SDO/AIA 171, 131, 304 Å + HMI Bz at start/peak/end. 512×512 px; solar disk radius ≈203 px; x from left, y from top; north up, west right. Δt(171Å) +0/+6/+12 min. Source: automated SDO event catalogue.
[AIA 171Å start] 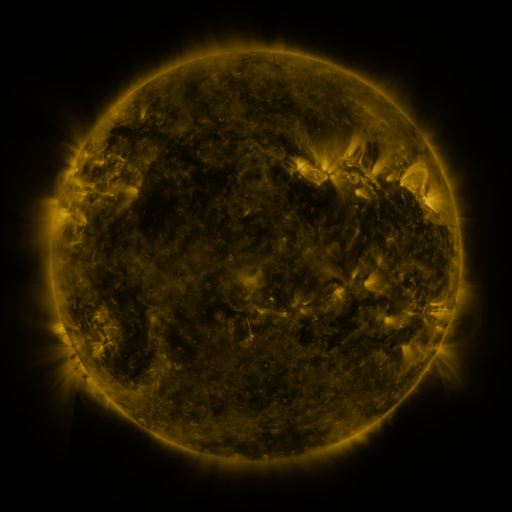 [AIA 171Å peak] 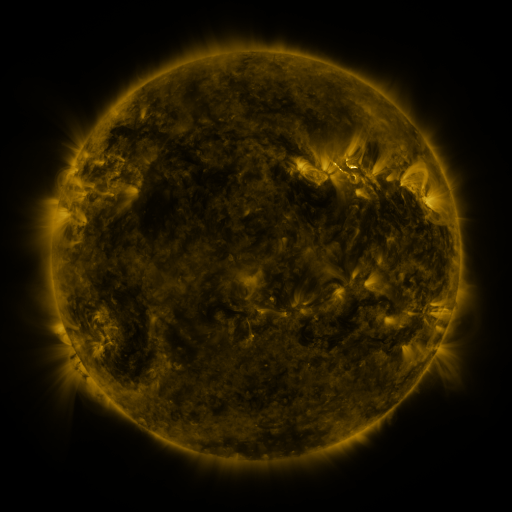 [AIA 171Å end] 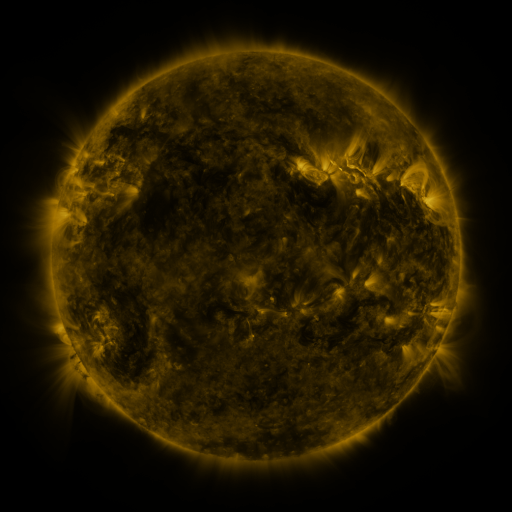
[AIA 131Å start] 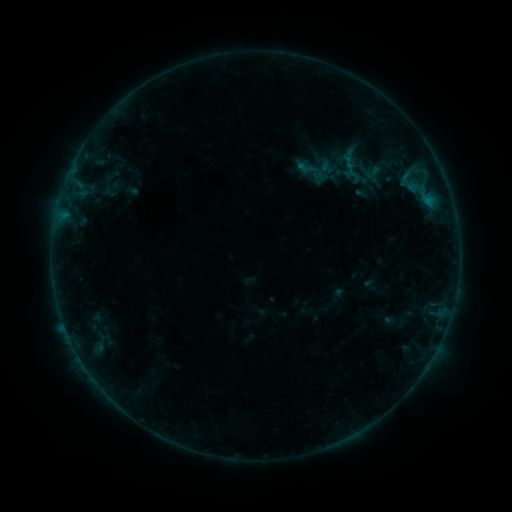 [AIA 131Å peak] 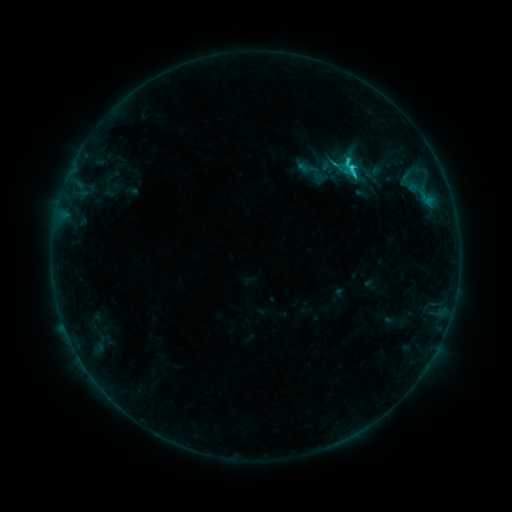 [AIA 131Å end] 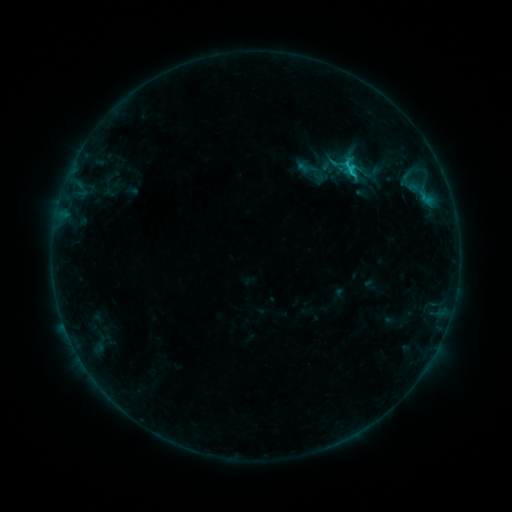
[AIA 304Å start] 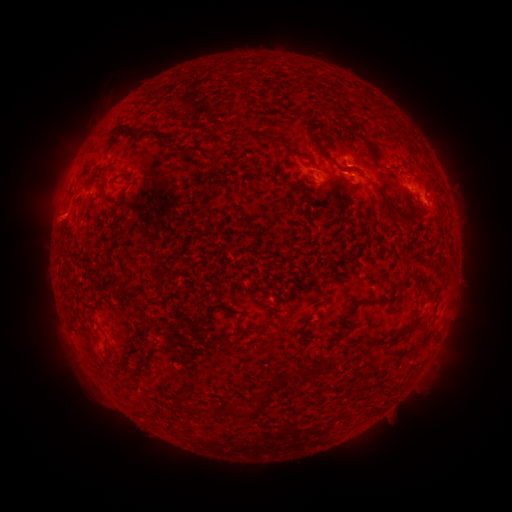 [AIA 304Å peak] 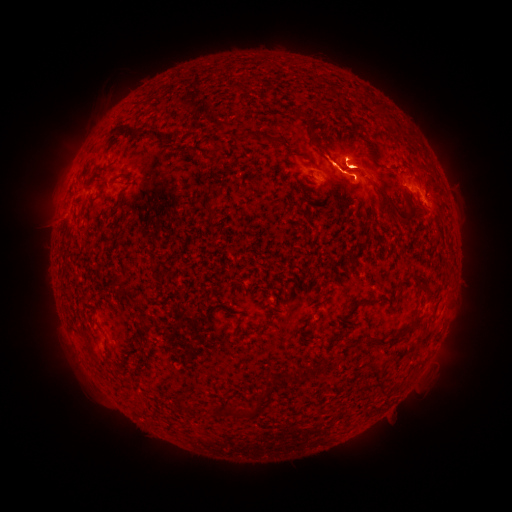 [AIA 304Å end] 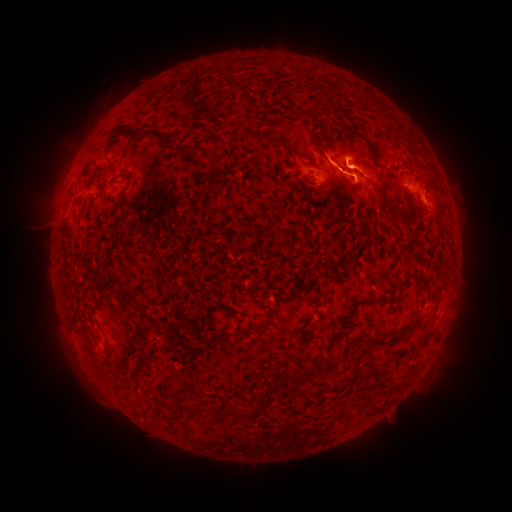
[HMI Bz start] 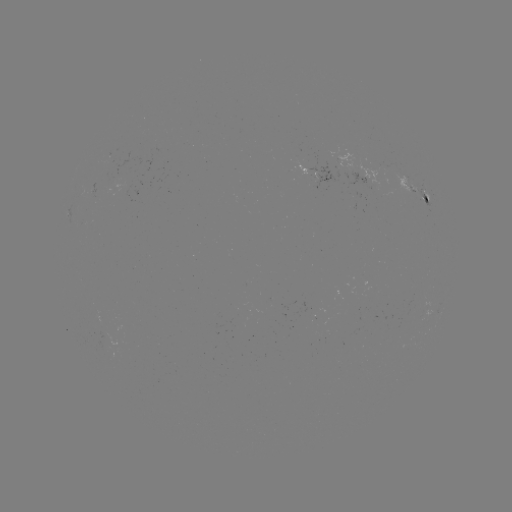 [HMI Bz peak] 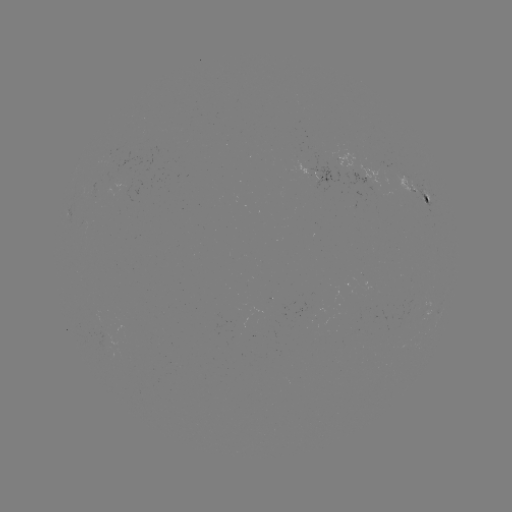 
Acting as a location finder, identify eruption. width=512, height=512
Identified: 253,165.